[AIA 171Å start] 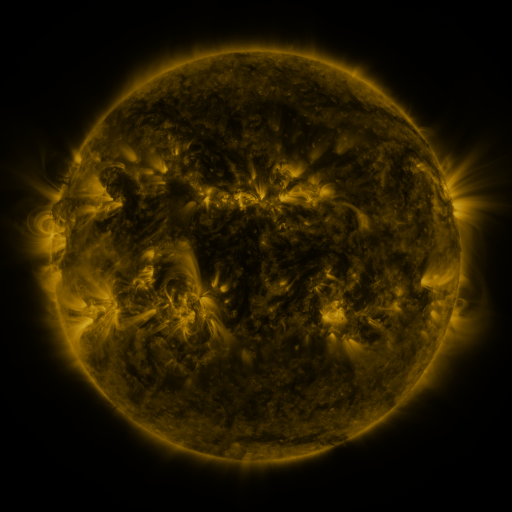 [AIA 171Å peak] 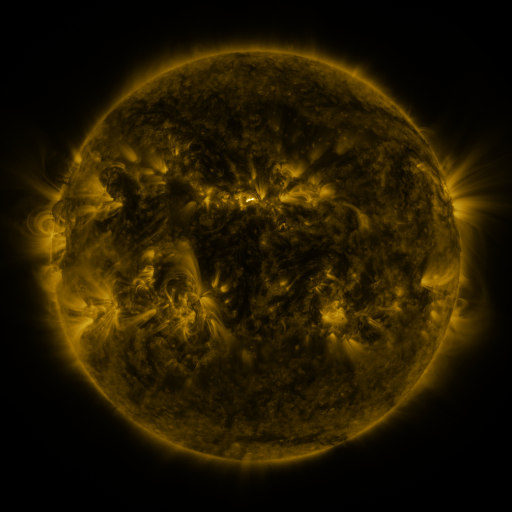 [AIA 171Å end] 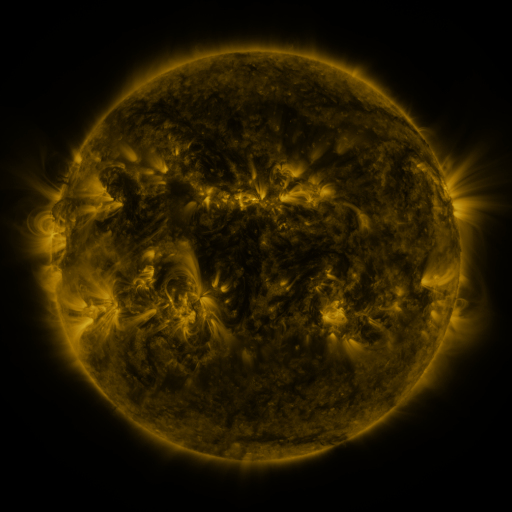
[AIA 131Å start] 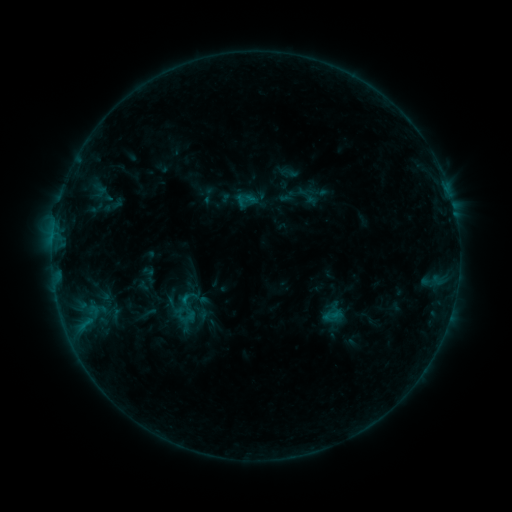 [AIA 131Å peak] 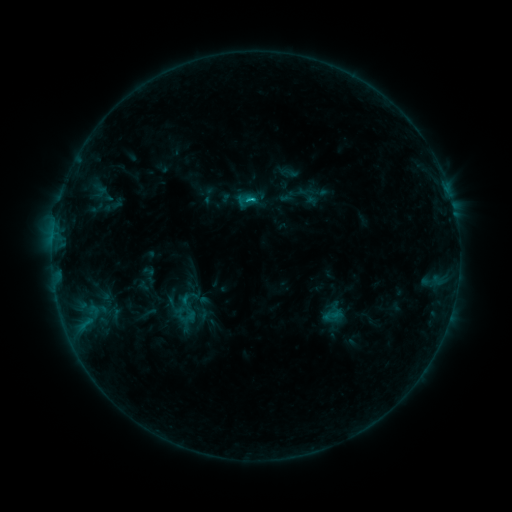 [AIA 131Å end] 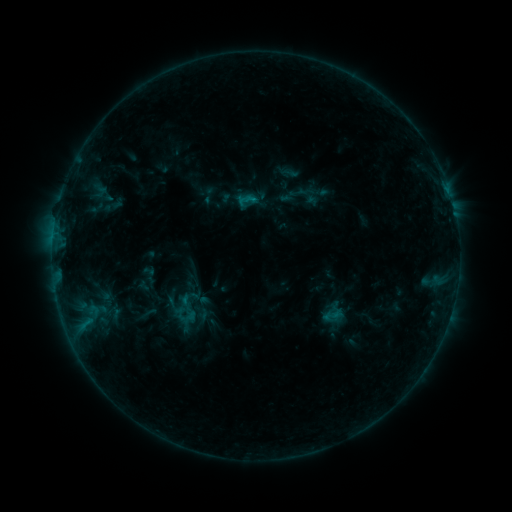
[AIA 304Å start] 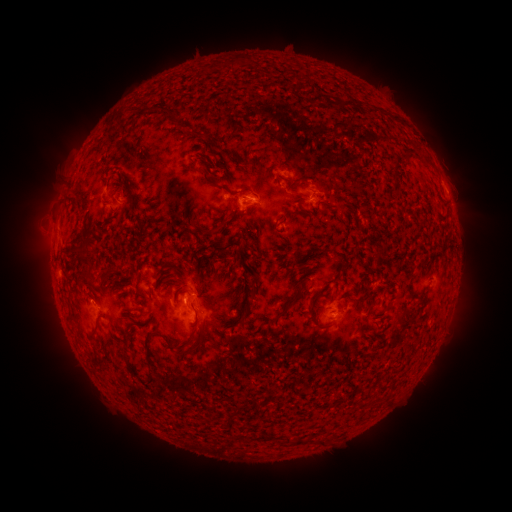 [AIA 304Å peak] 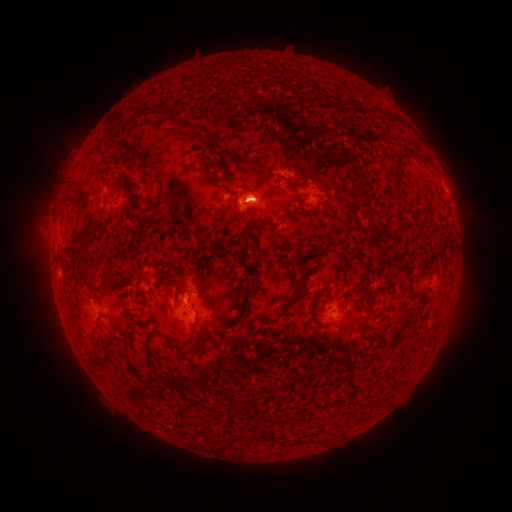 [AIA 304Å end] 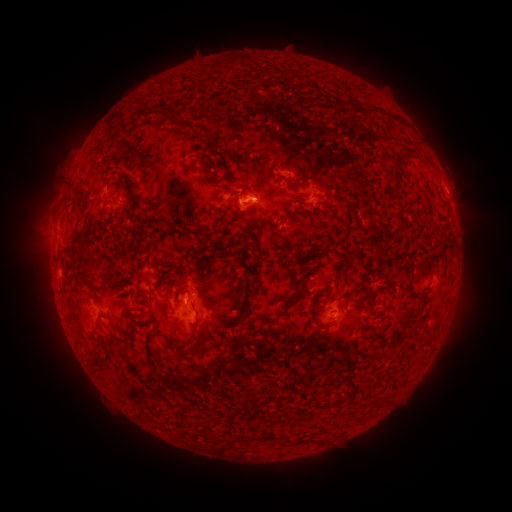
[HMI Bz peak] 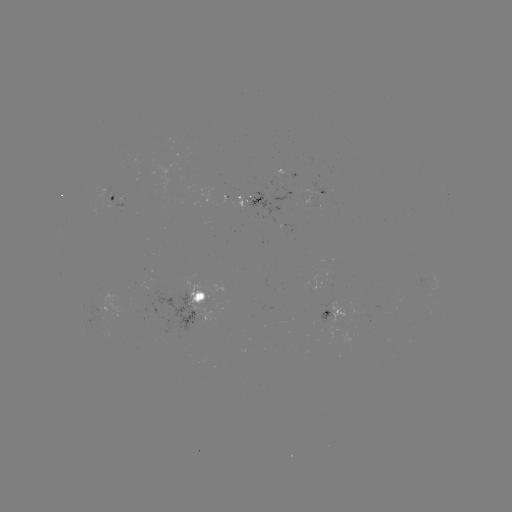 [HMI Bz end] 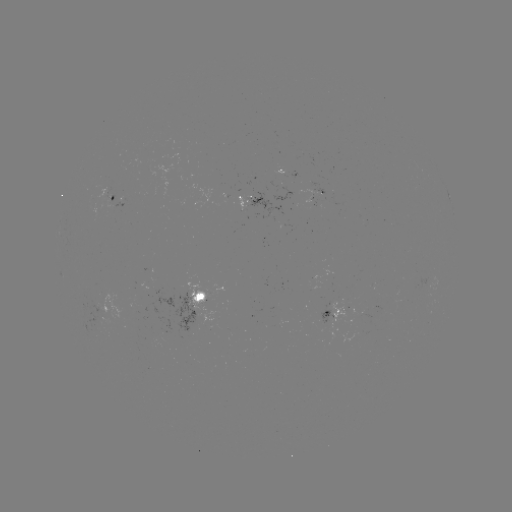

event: flare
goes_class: B6.2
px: (252, 202)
